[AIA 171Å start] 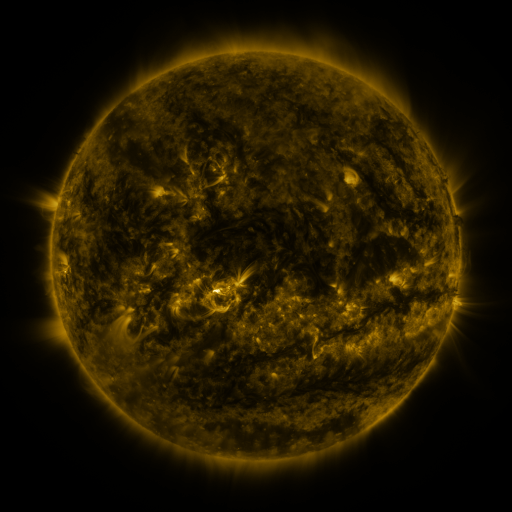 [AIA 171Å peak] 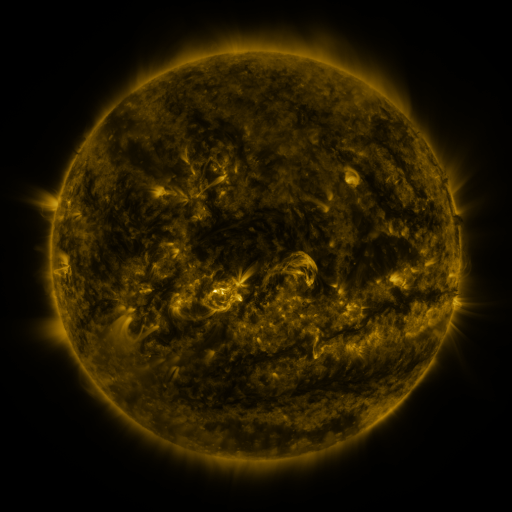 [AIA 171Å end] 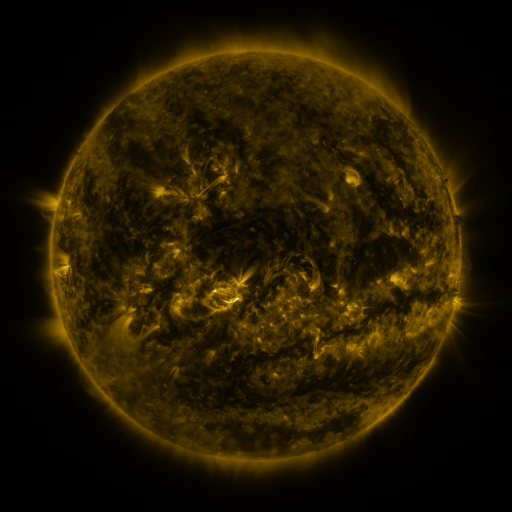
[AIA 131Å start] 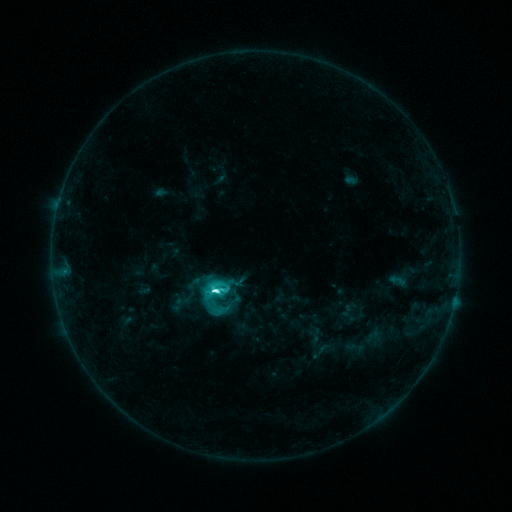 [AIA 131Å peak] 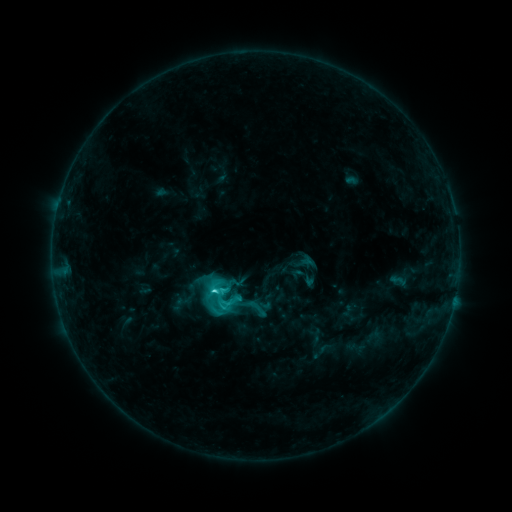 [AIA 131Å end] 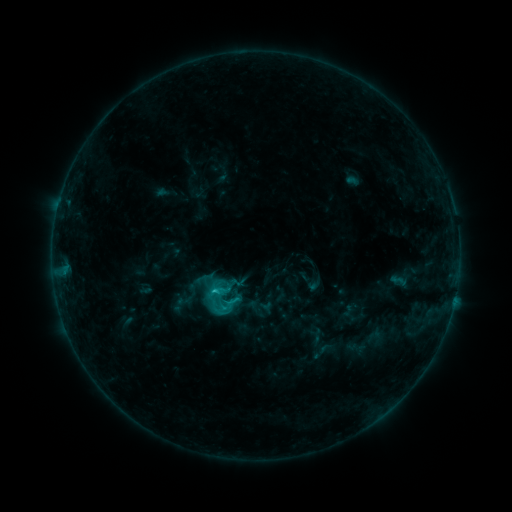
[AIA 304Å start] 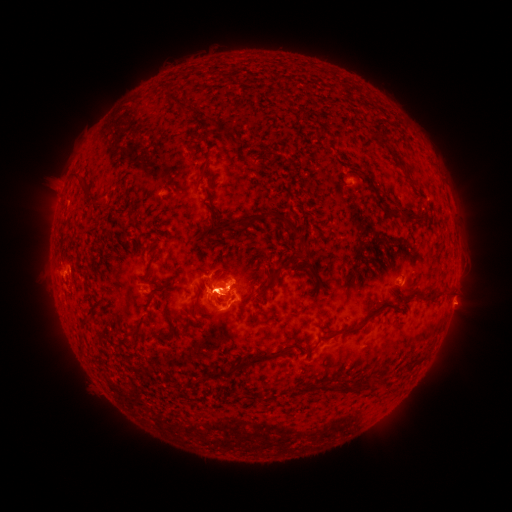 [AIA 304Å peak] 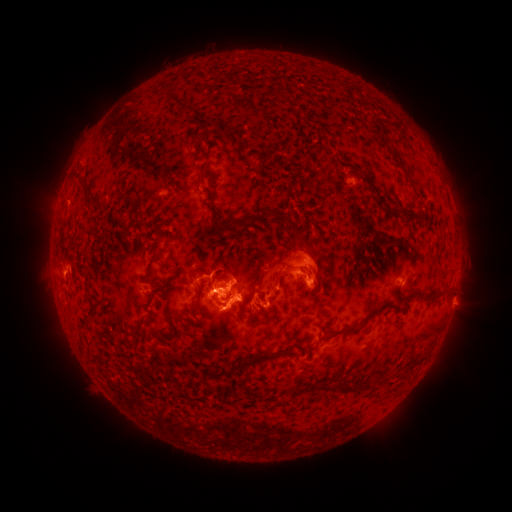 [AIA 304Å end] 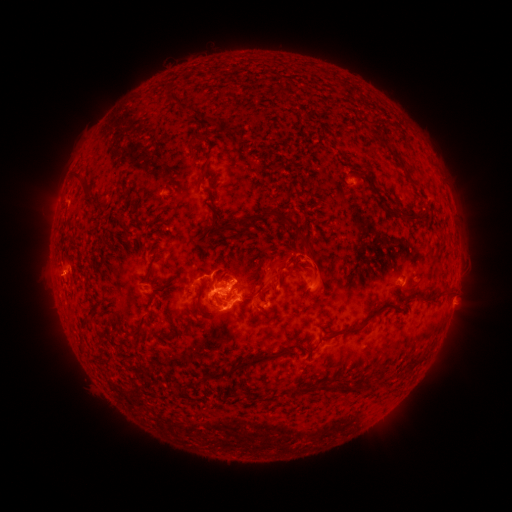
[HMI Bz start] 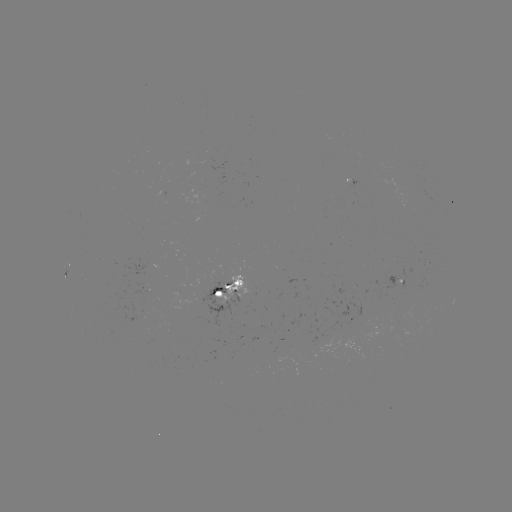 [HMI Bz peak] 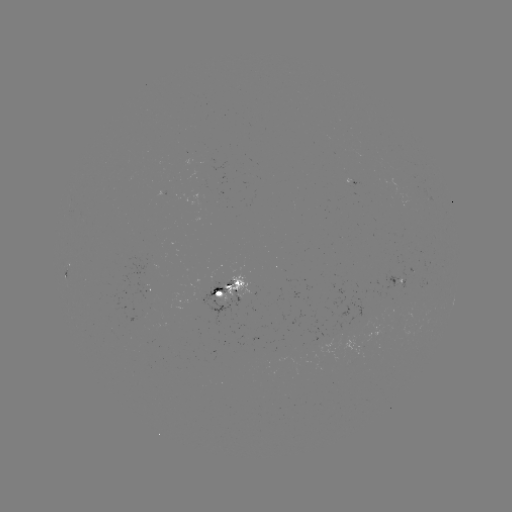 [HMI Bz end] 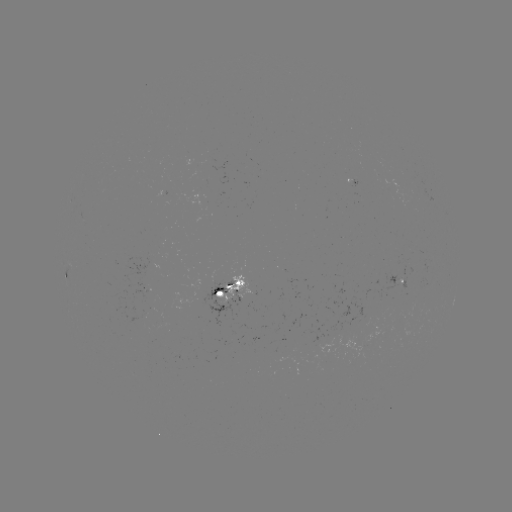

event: eruption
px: (306, 273)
